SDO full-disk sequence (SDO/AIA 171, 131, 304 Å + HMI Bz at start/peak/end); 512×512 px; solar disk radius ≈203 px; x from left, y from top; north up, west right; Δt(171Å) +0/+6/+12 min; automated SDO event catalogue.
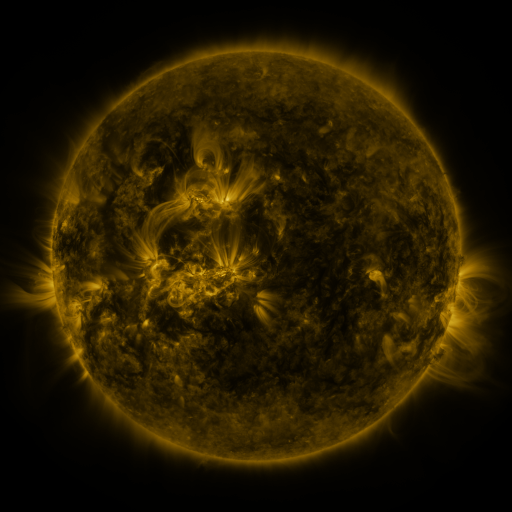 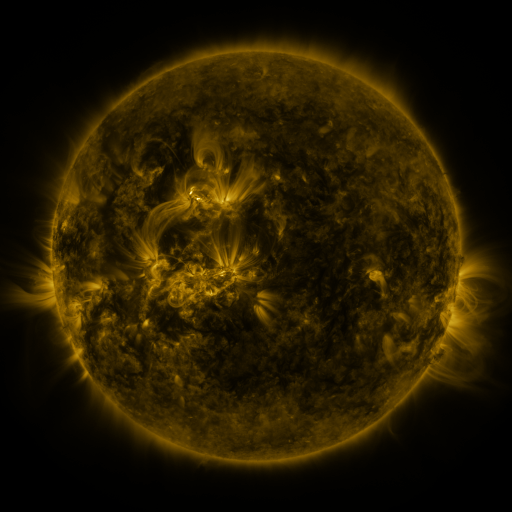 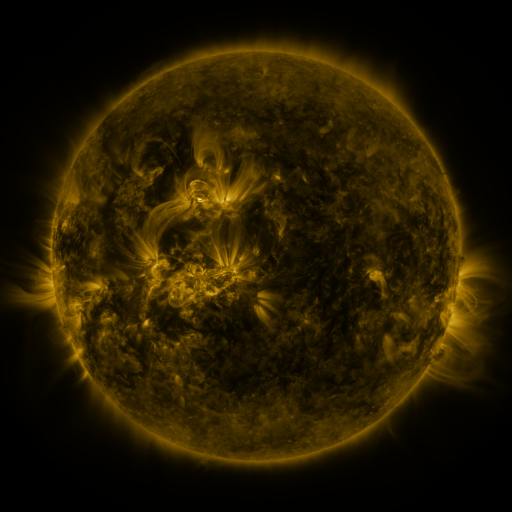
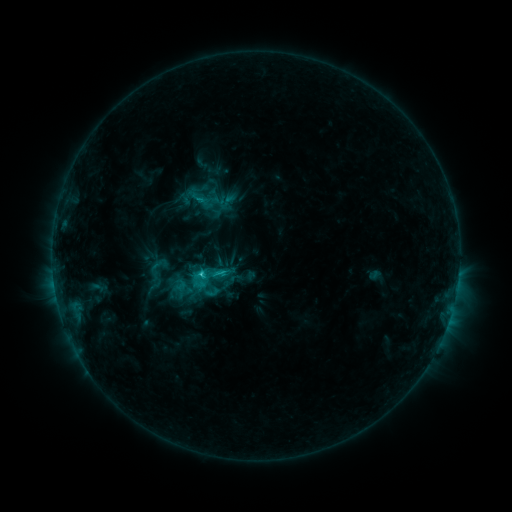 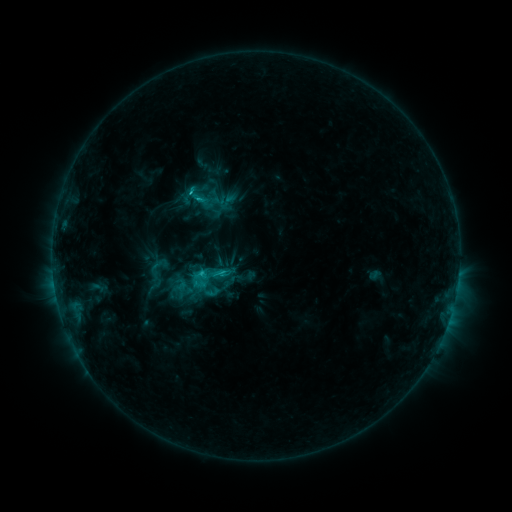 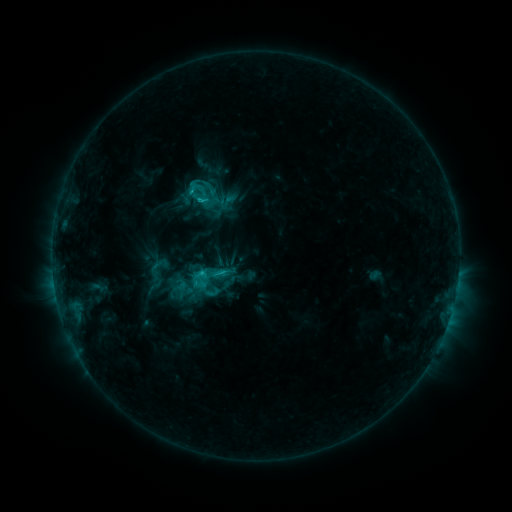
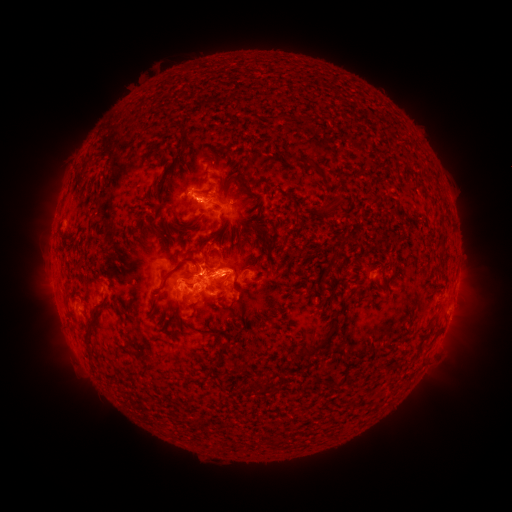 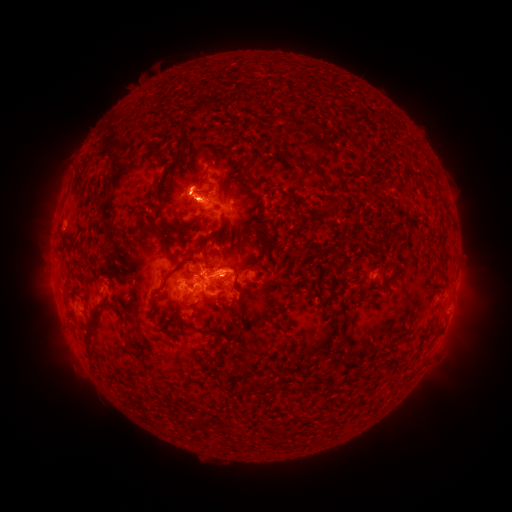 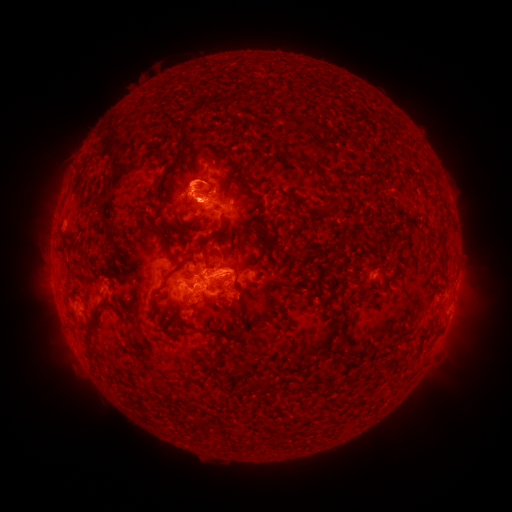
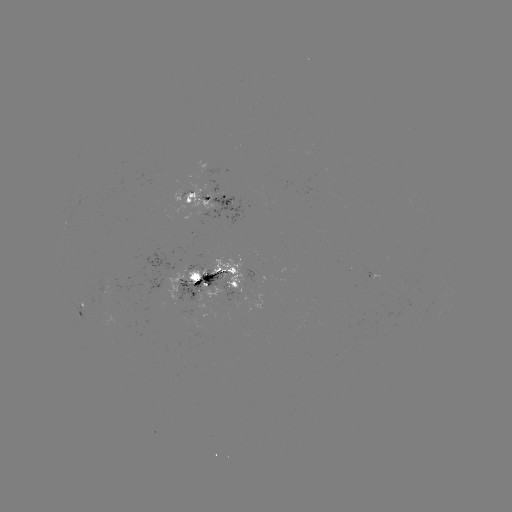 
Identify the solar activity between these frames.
C3.3 flare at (191, 193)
